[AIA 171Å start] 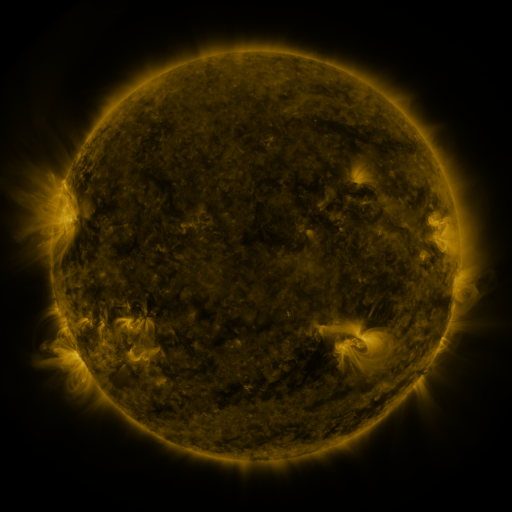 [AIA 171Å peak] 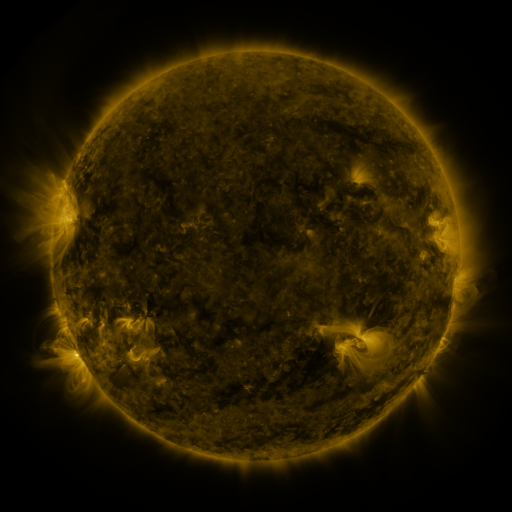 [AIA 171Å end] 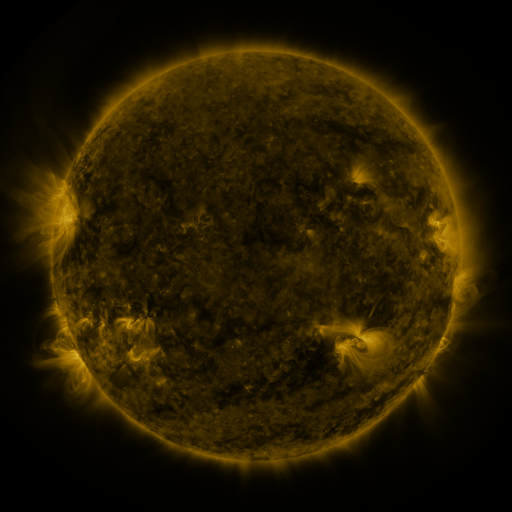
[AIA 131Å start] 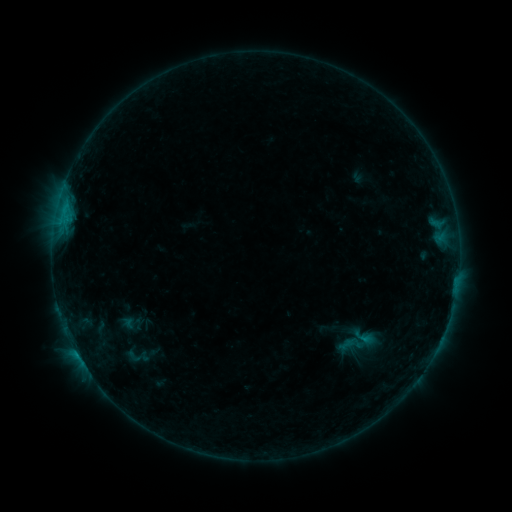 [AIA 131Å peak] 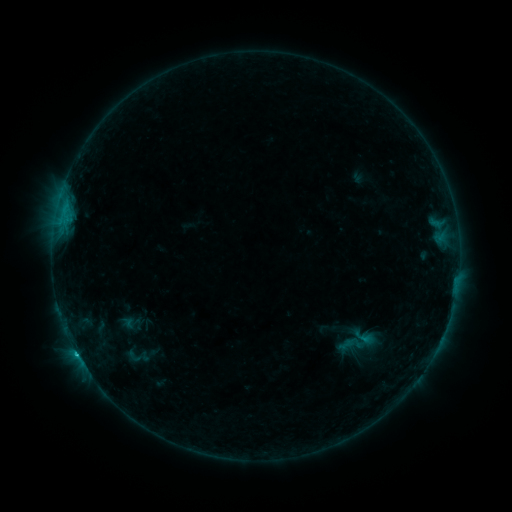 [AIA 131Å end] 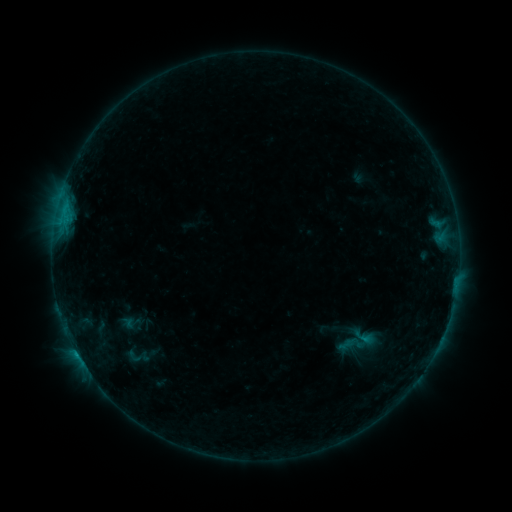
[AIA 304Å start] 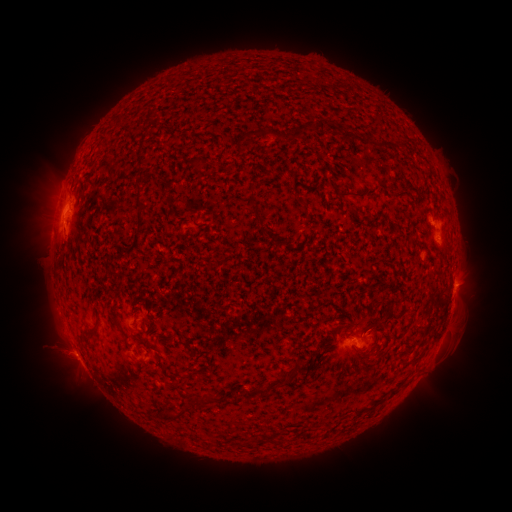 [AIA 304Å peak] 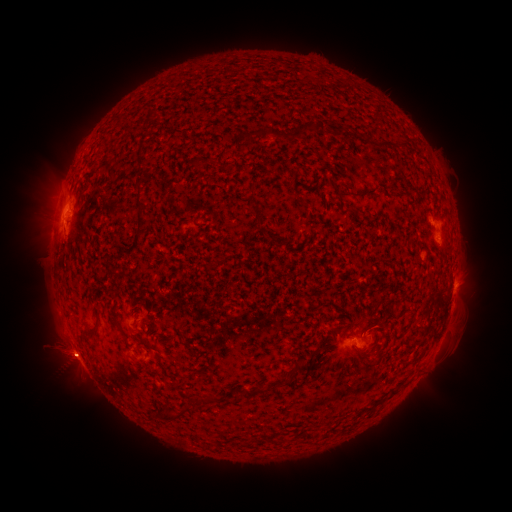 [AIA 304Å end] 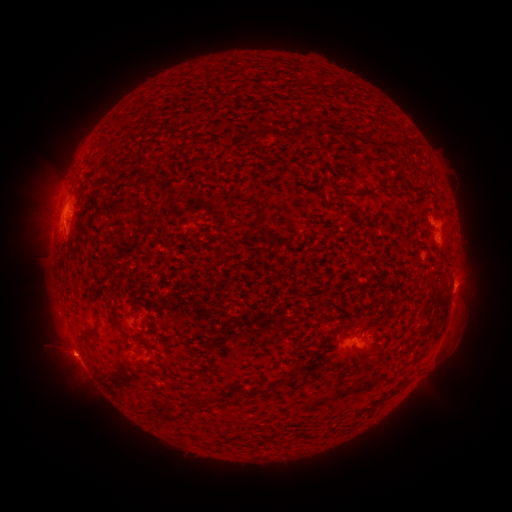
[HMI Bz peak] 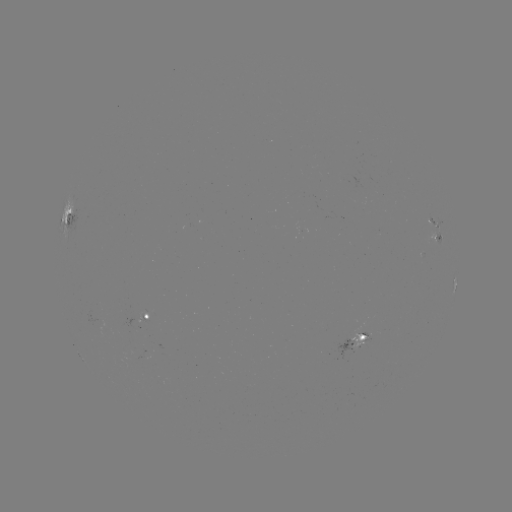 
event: flare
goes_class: B9.0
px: (77, 352)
